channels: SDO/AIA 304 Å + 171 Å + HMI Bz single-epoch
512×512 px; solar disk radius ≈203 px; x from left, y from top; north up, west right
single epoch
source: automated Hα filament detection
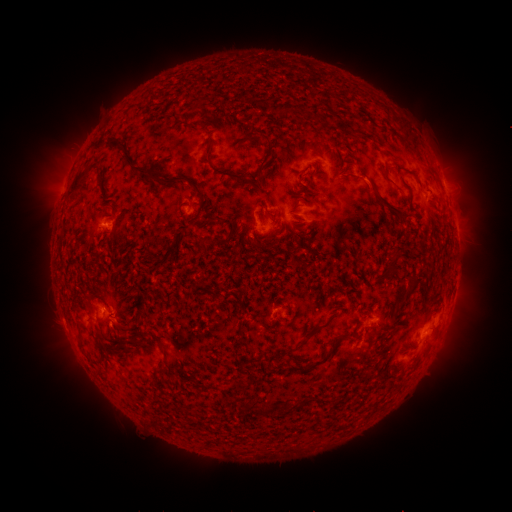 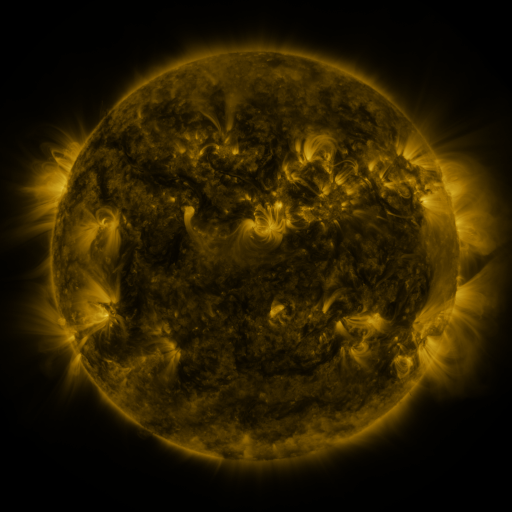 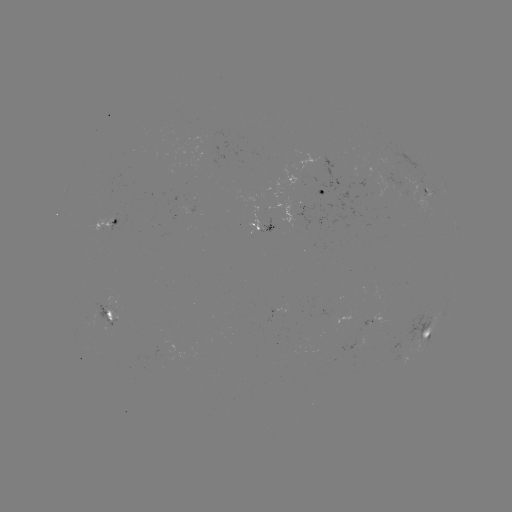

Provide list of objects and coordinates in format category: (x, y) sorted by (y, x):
filament: (270, 150)
filament: (129, 157)
filament: (230, 176)
filament: (187, 180)
filament: (76, 181)
filament: (388, 206)
filament: (212, 218)
filament: (396, 258)
filament: (412, 280)
filament: (239, 293)
filament: (401, 300)
filament: (108, 314)
filament: (312, 331)
